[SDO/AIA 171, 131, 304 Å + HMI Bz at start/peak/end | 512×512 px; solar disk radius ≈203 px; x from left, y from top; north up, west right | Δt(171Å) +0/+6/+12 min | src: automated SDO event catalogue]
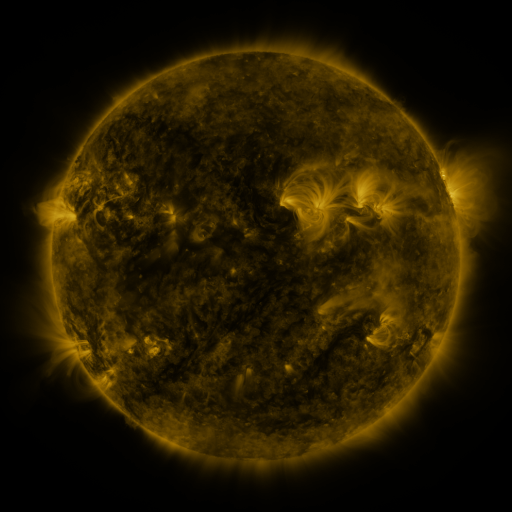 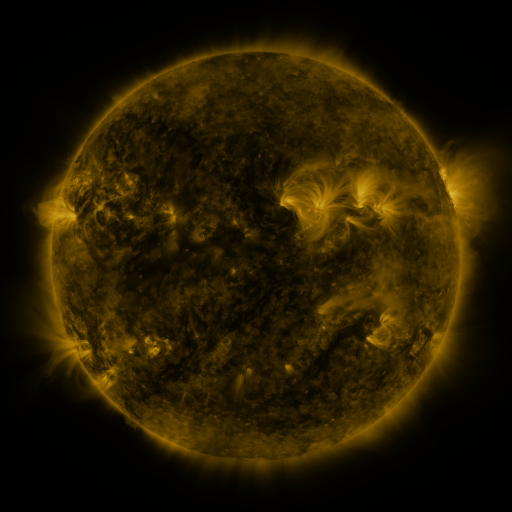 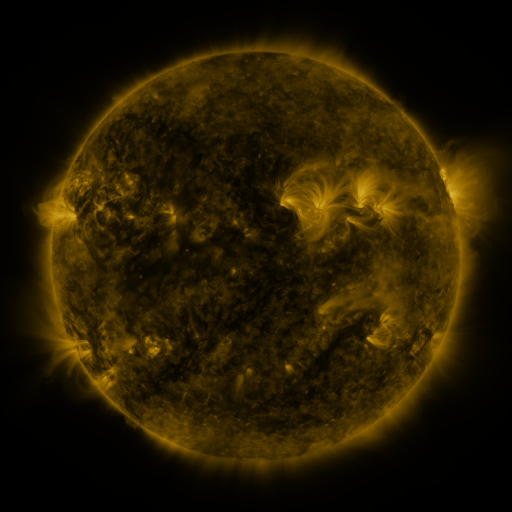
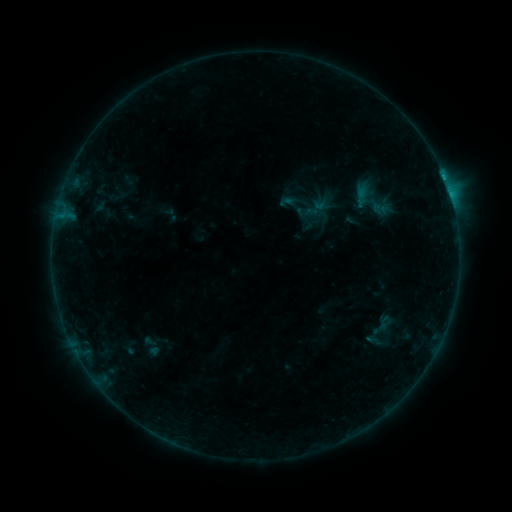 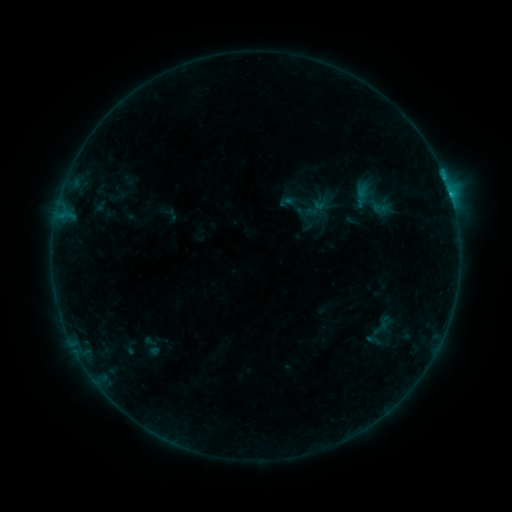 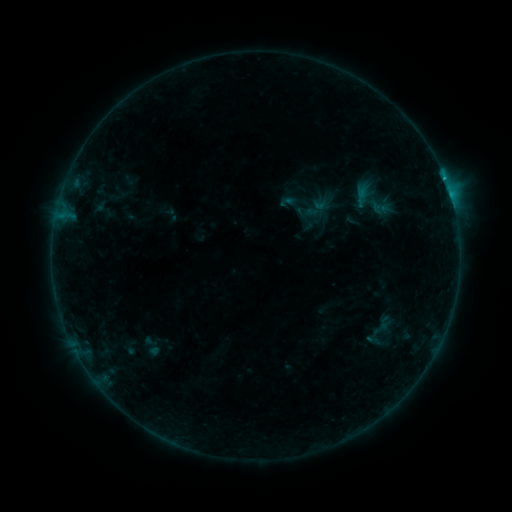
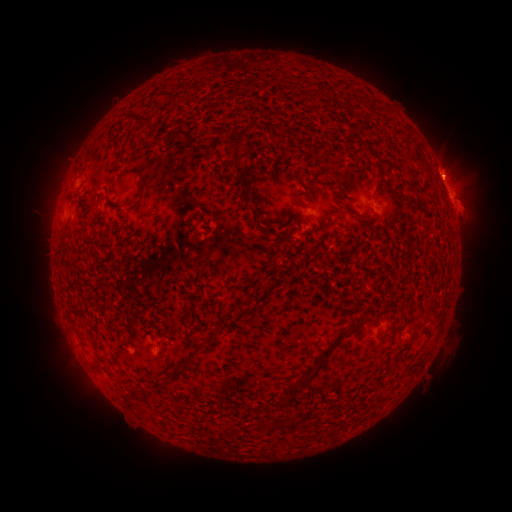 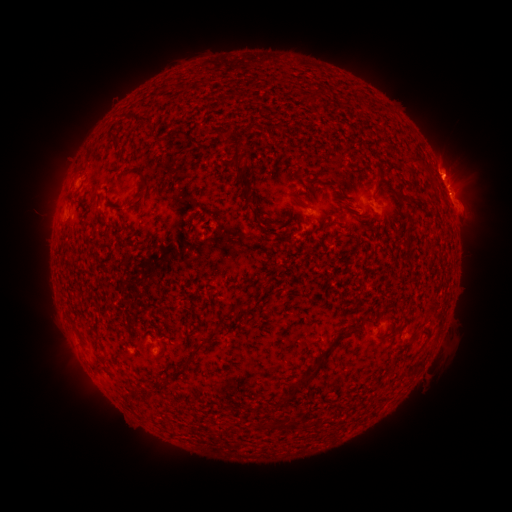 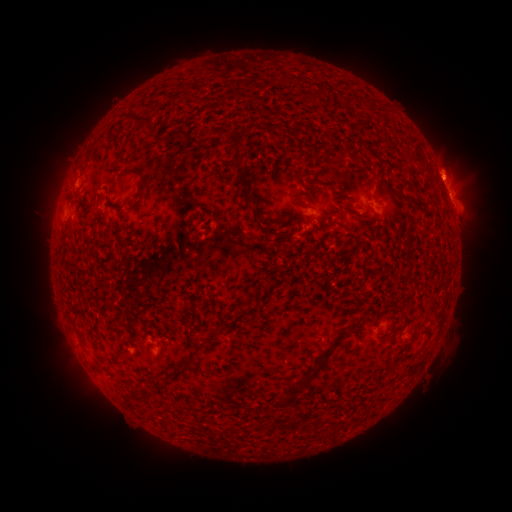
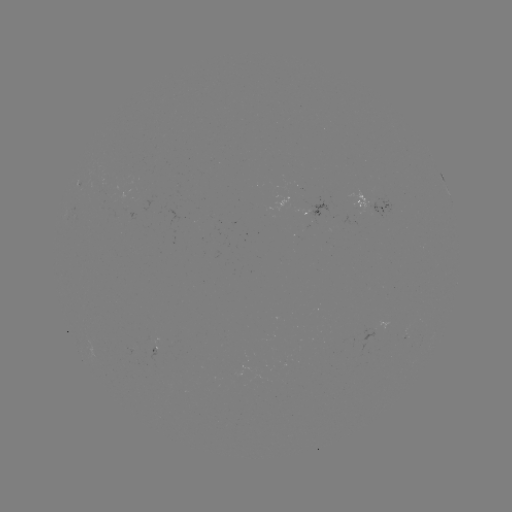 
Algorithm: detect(eruption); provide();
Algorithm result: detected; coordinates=(467, 187)